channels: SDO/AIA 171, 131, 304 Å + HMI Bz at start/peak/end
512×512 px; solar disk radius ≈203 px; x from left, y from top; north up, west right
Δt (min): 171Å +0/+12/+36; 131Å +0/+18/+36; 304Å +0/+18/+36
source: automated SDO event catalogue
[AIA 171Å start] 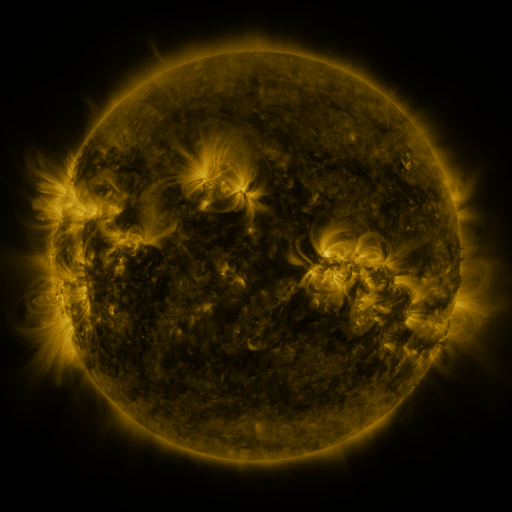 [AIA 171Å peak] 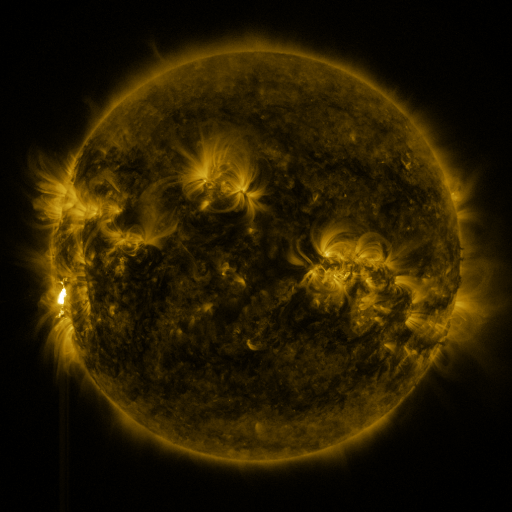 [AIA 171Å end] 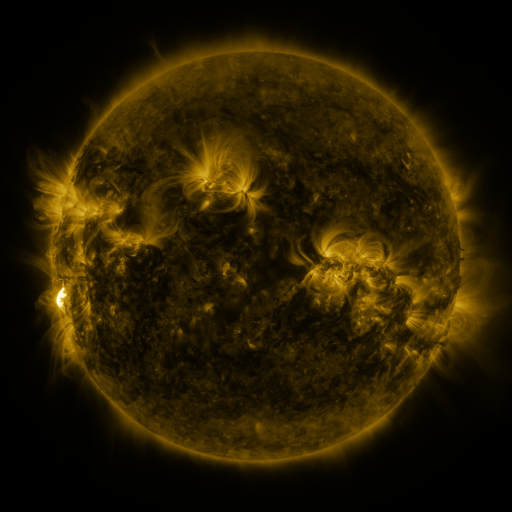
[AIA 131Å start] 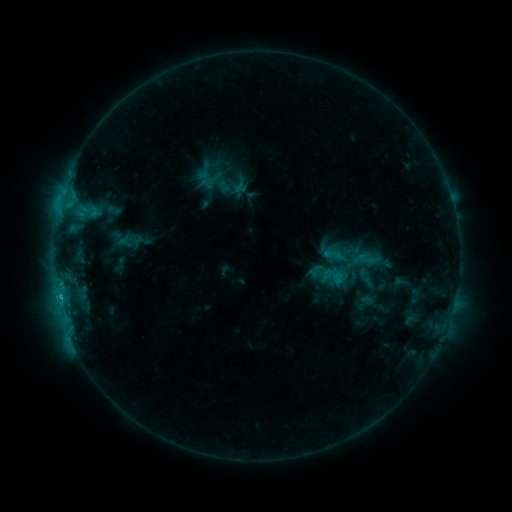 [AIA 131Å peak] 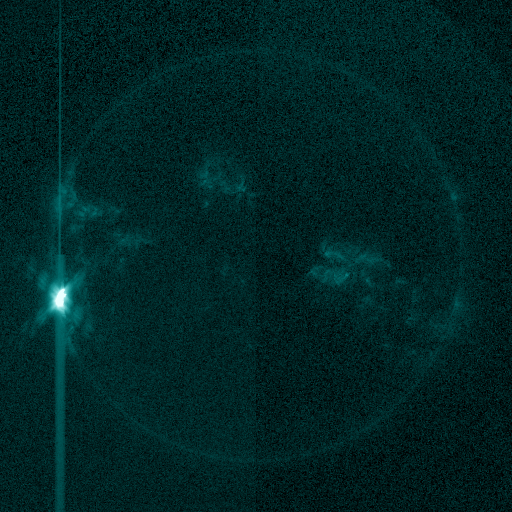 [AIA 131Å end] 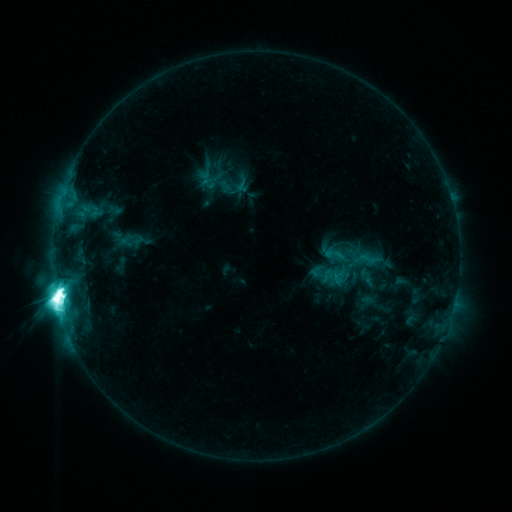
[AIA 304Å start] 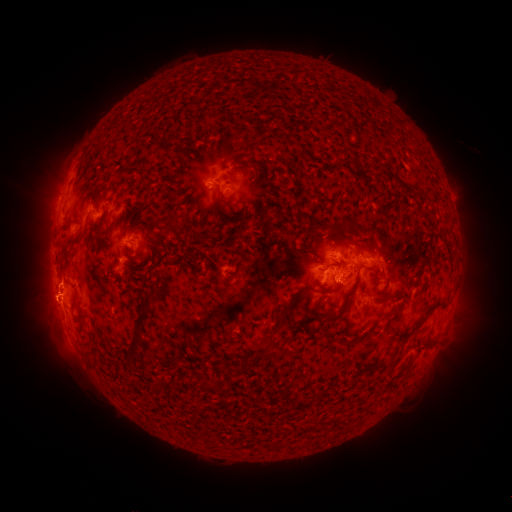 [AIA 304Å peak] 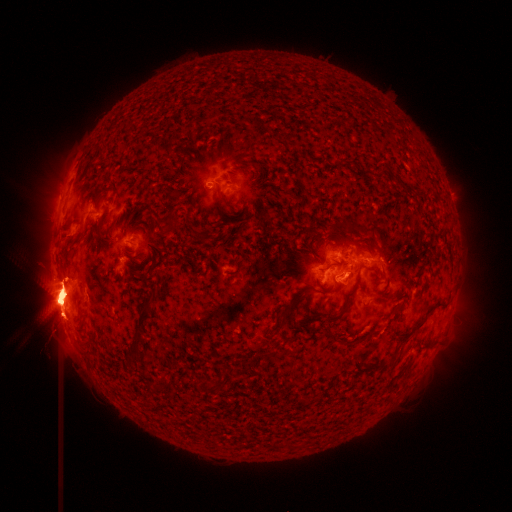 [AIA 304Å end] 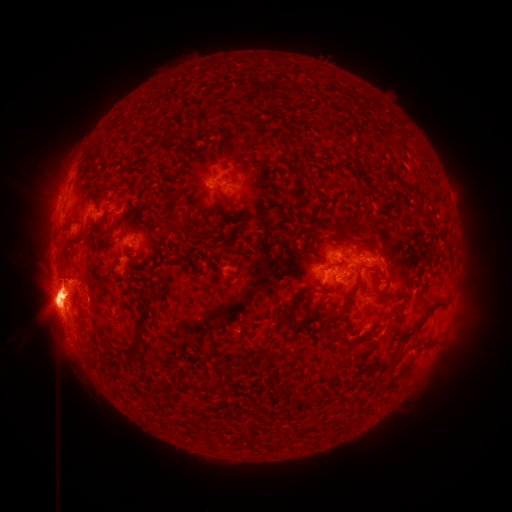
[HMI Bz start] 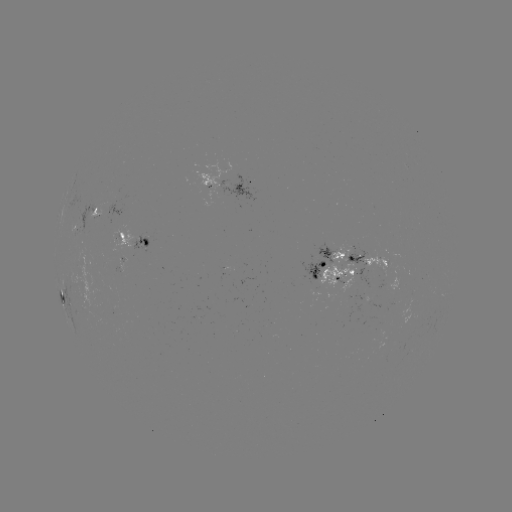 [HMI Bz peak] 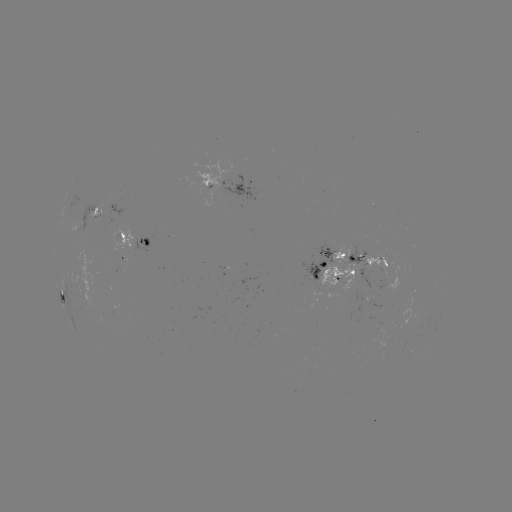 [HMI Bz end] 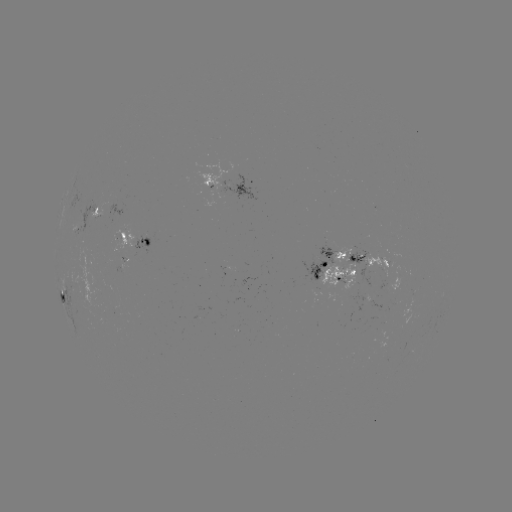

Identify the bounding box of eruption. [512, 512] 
[0, 128, 166, 417].